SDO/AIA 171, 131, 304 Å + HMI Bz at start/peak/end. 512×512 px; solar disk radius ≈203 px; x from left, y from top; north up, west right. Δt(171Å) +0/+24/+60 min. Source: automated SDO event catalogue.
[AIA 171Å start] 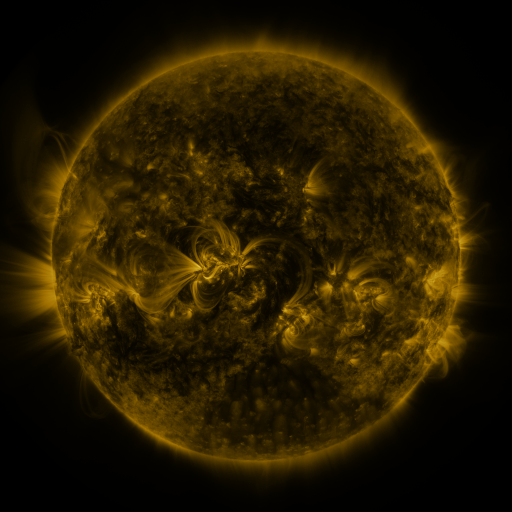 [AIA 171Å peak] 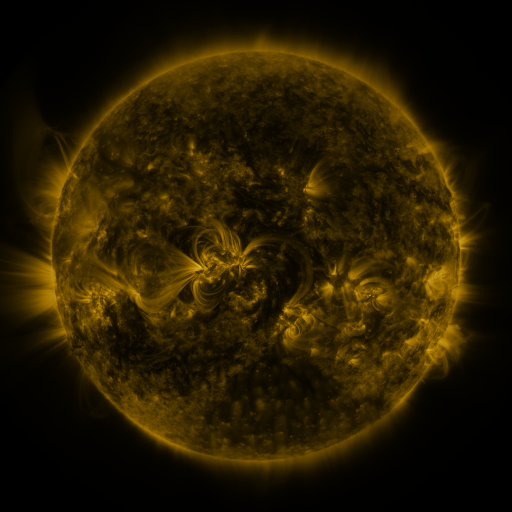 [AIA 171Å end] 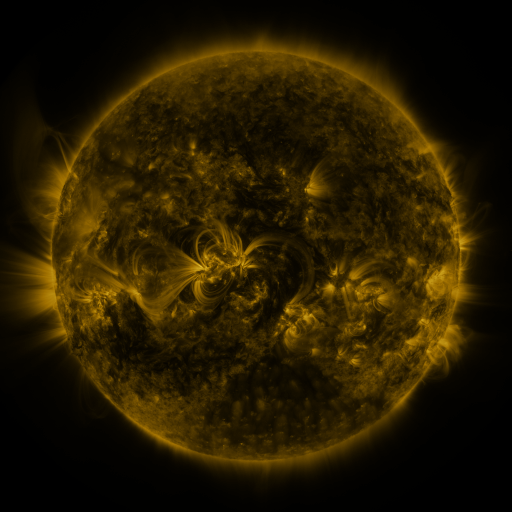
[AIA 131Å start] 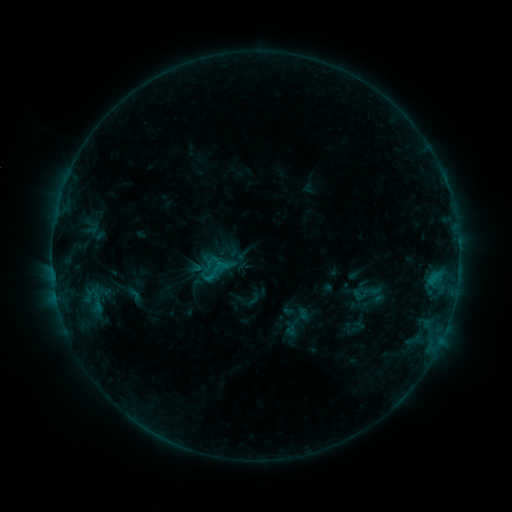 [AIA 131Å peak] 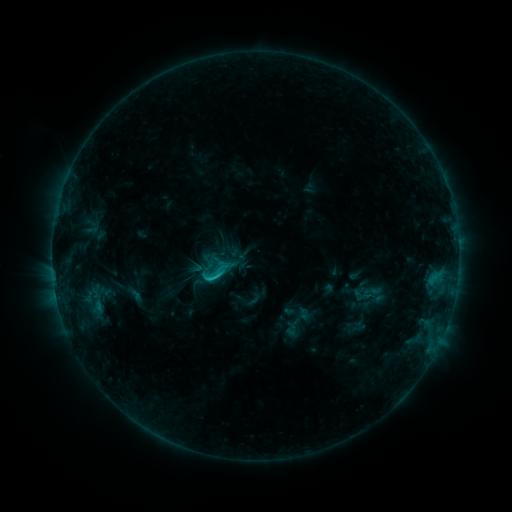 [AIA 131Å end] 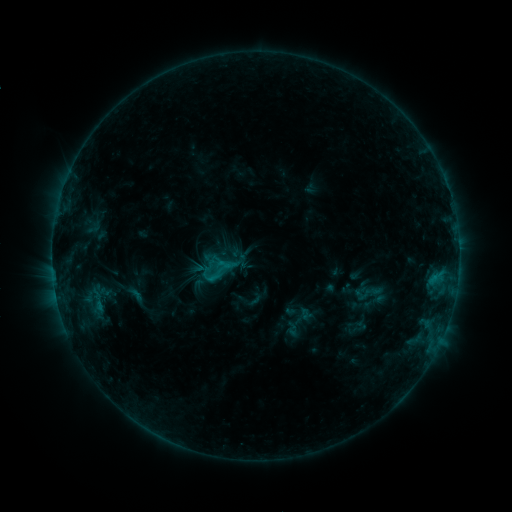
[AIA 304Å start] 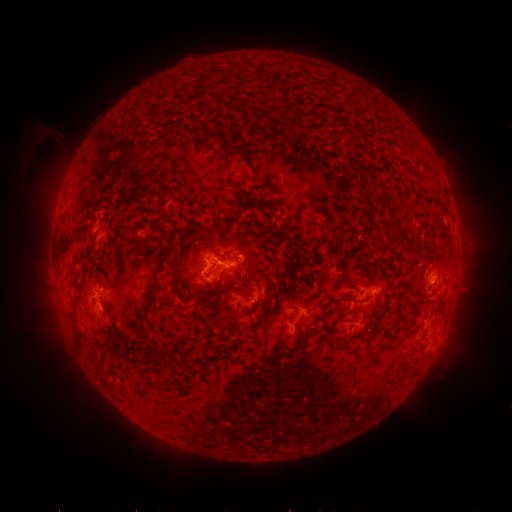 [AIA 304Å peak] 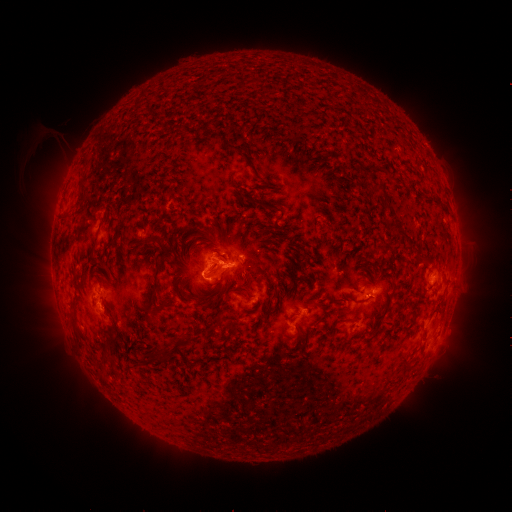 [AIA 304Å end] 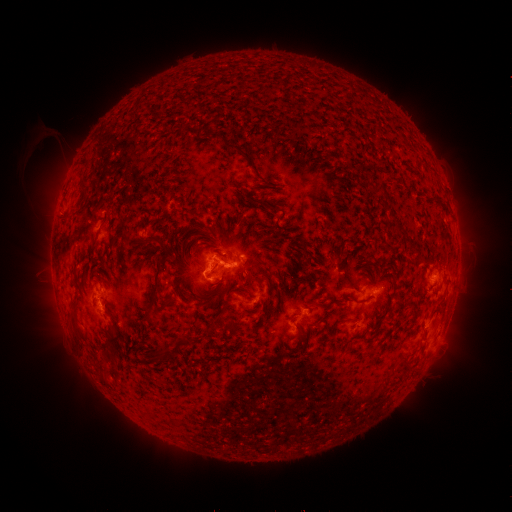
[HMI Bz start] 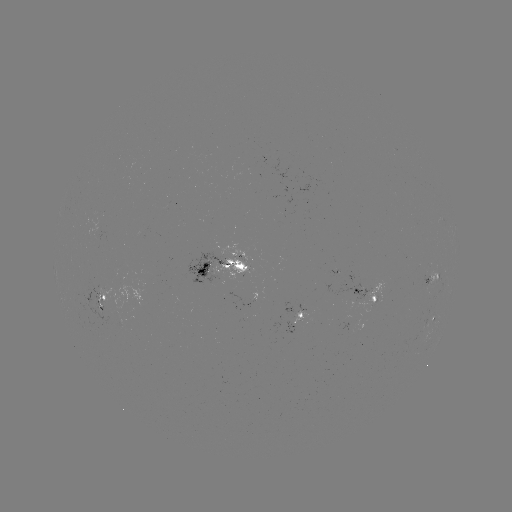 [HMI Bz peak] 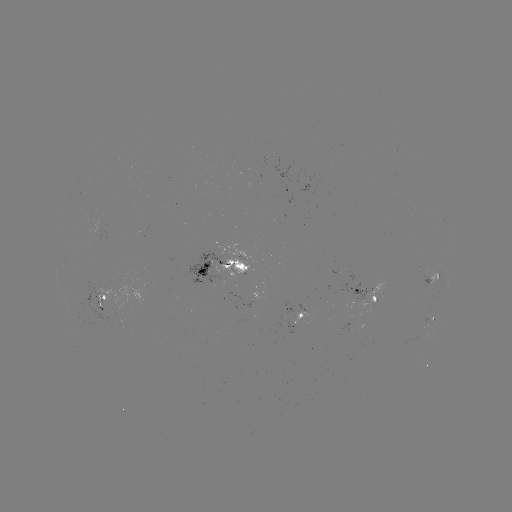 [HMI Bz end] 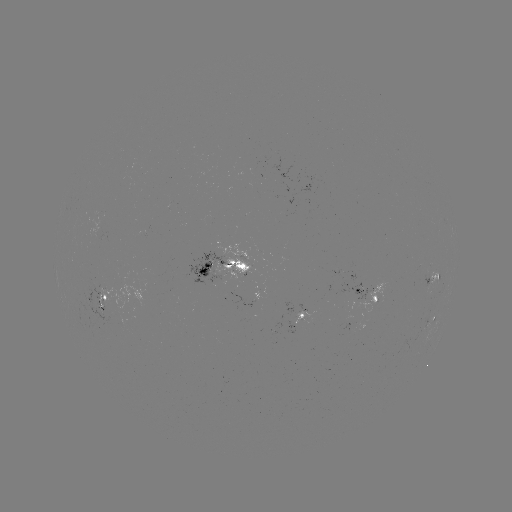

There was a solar flare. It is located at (217, 276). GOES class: C1.5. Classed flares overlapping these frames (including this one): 1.